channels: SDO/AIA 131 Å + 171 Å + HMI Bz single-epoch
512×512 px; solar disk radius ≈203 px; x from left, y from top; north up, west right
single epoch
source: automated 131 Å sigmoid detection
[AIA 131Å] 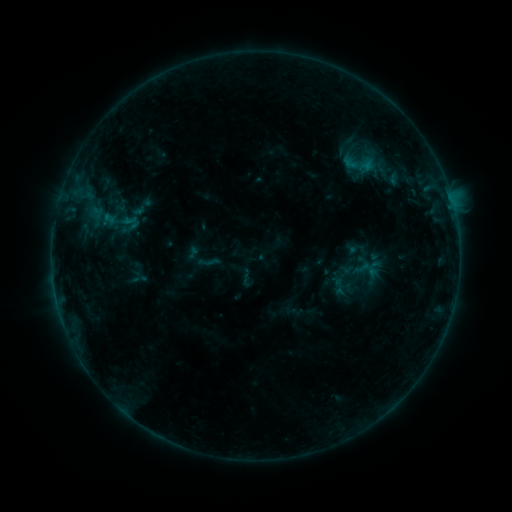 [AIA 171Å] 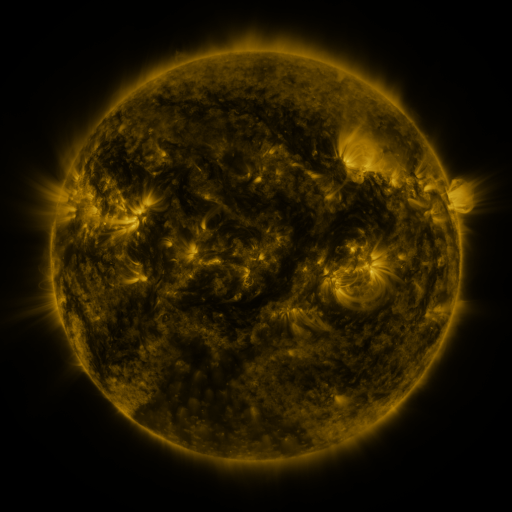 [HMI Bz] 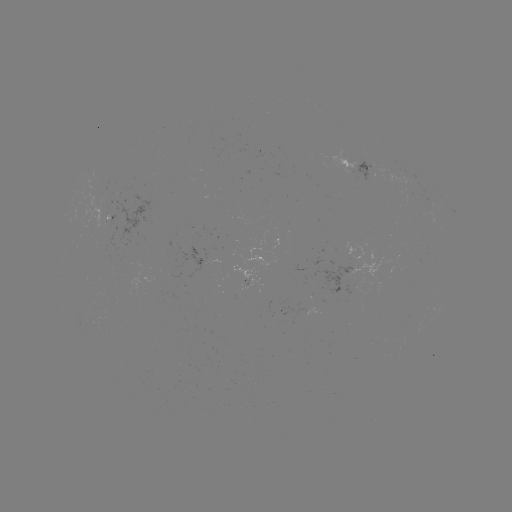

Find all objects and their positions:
sigmoid: (382, 167)
sigmoid: (142, 207)
sigmoid: (119, 221)
sigmoid: (340, 286)
